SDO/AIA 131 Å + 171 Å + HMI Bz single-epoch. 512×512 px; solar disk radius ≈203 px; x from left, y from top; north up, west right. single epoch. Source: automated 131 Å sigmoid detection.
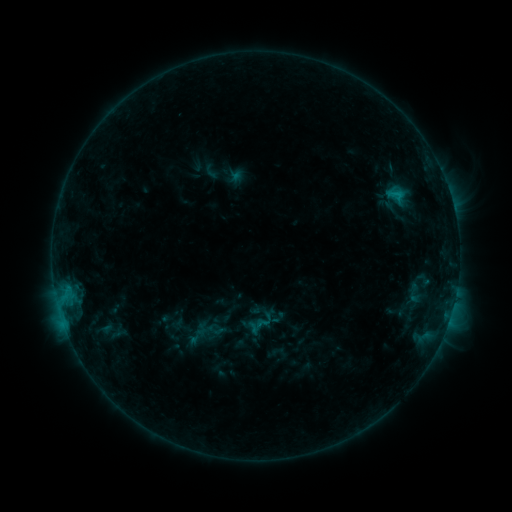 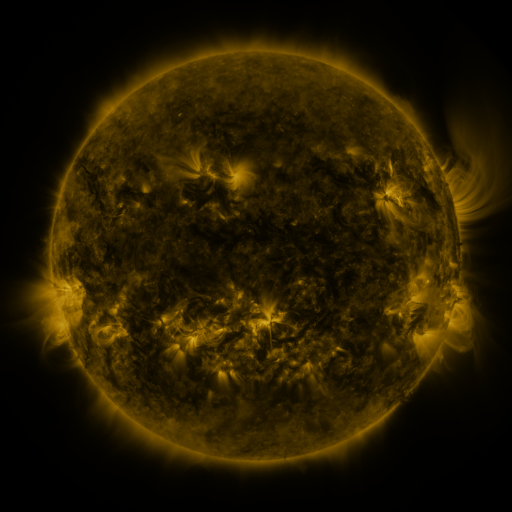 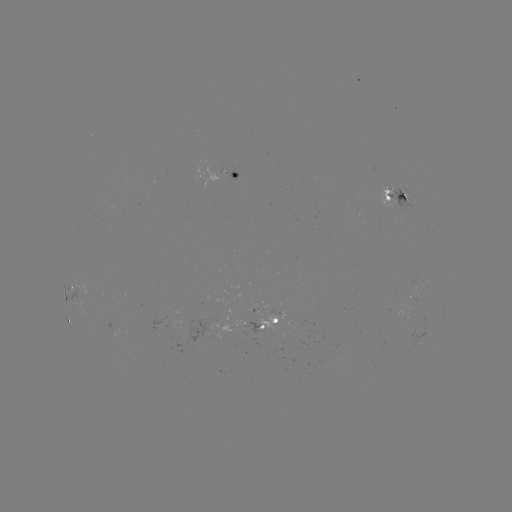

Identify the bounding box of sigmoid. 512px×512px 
[381, 185, 411, 205].